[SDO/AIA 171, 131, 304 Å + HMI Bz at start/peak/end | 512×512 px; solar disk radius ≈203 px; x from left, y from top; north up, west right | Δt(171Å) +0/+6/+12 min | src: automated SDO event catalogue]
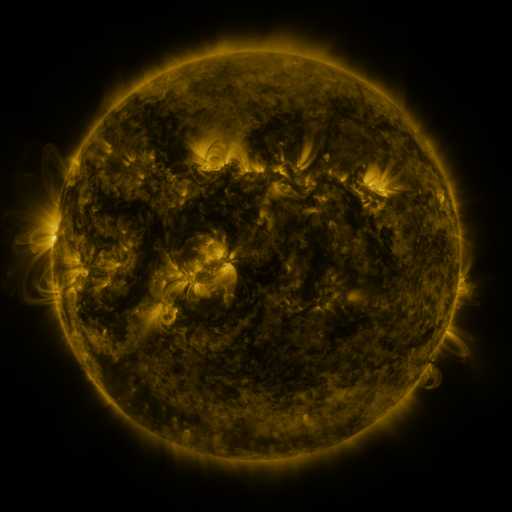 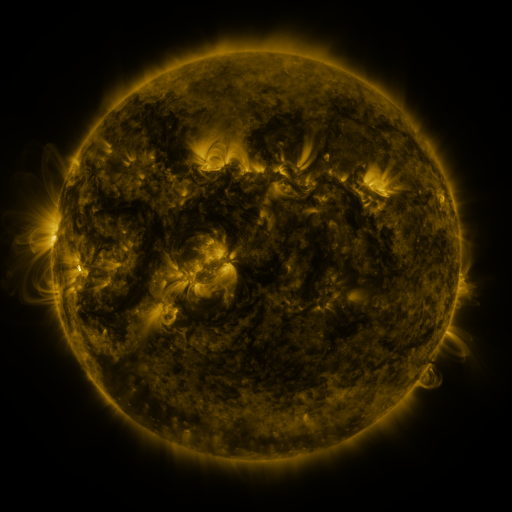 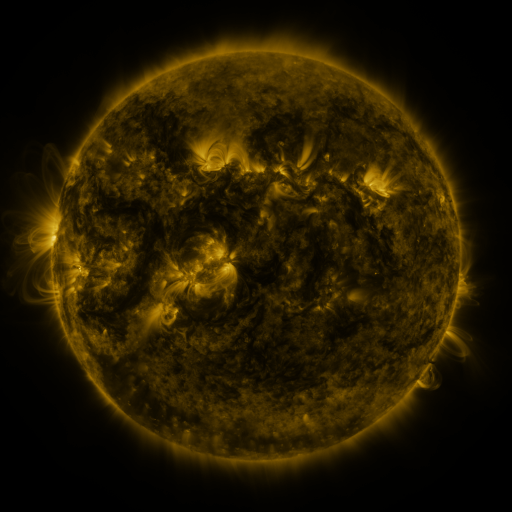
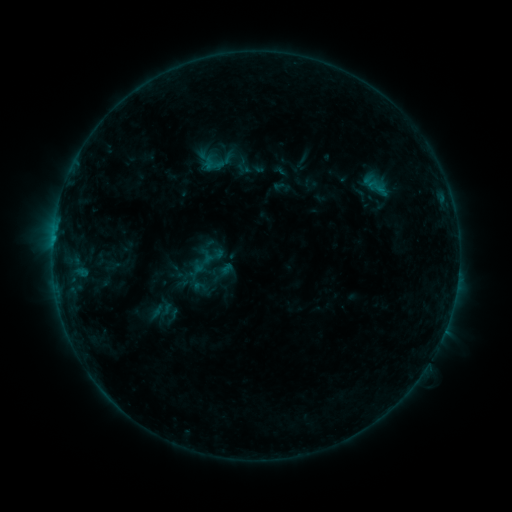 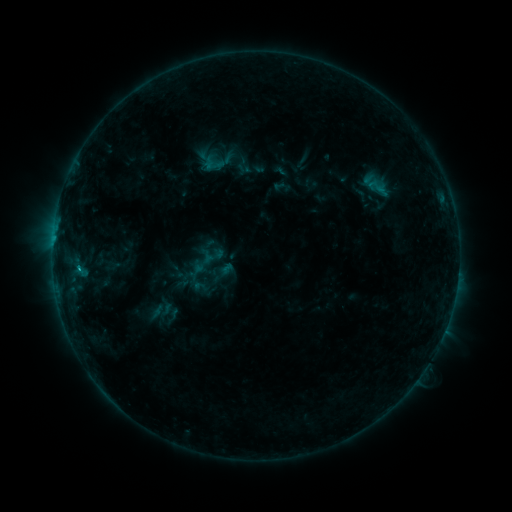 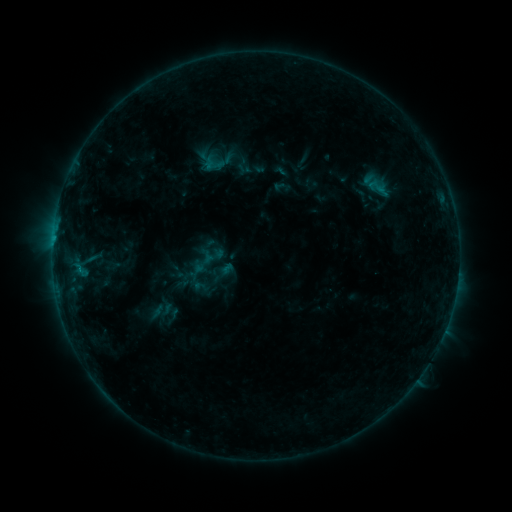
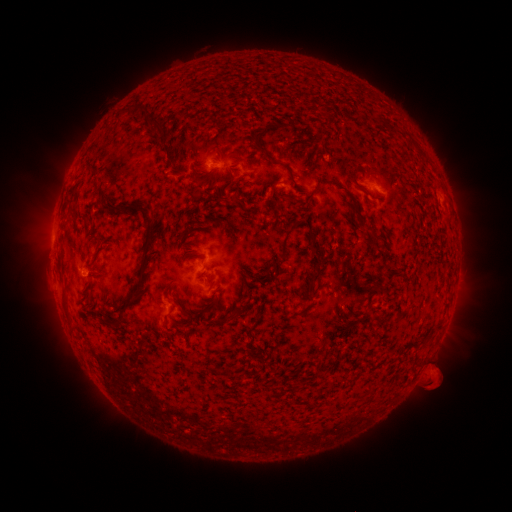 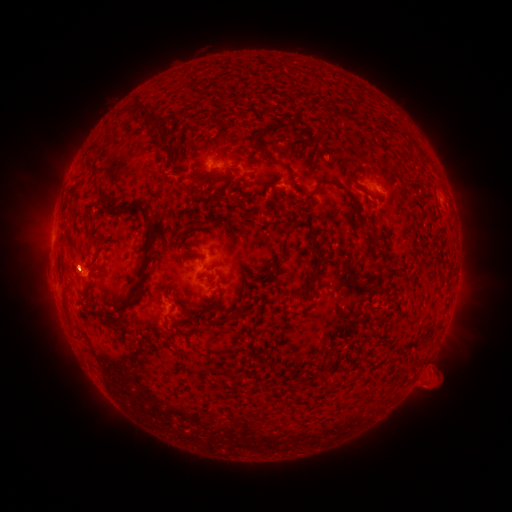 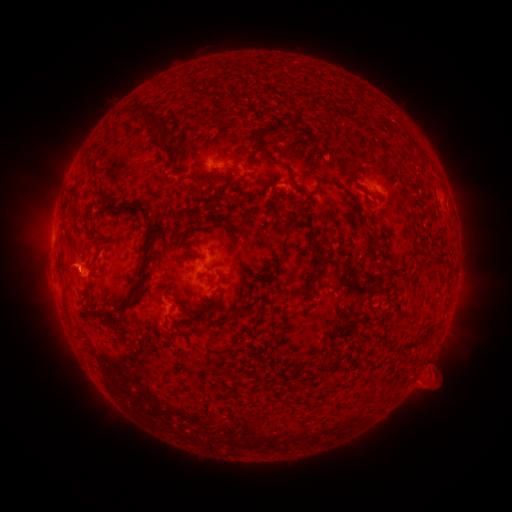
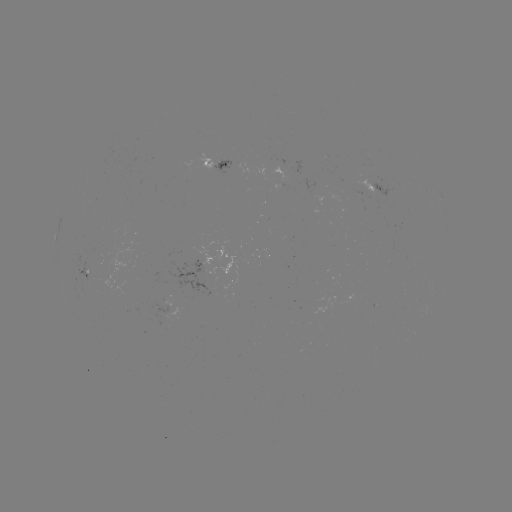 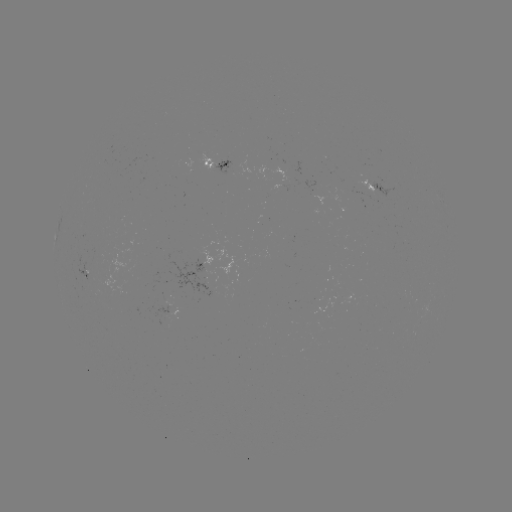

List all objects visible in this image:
B5.2 flare: (78, 264)
